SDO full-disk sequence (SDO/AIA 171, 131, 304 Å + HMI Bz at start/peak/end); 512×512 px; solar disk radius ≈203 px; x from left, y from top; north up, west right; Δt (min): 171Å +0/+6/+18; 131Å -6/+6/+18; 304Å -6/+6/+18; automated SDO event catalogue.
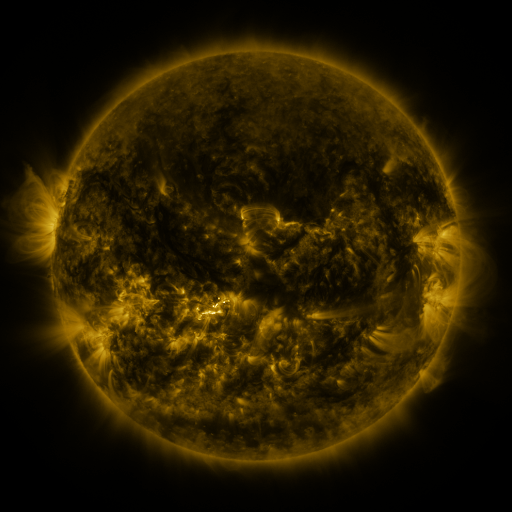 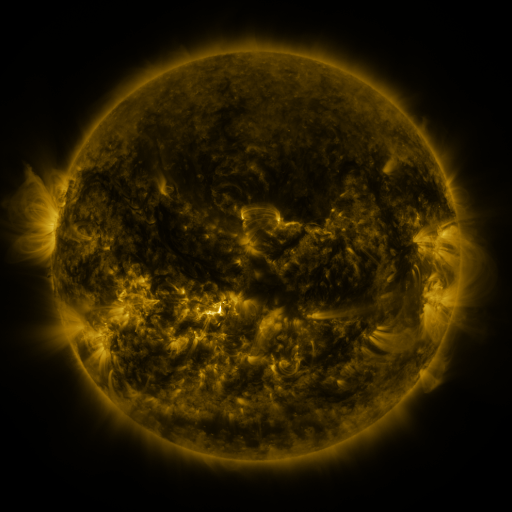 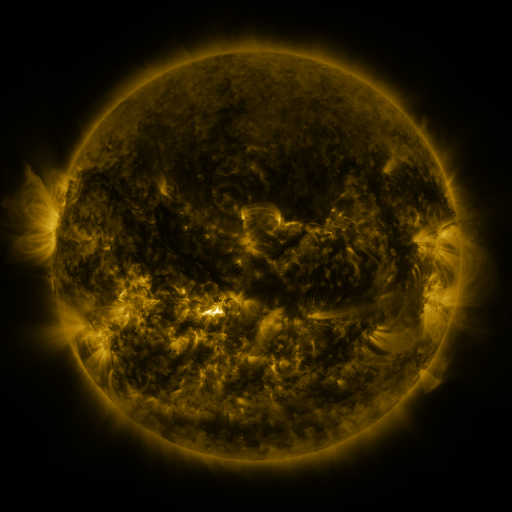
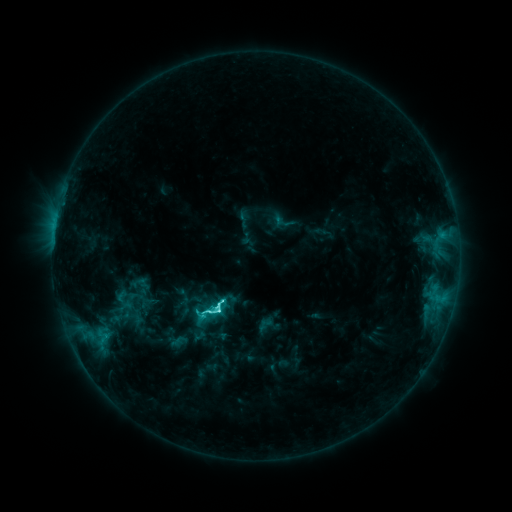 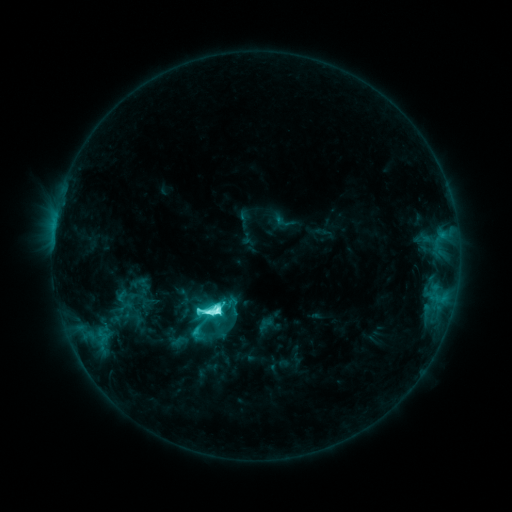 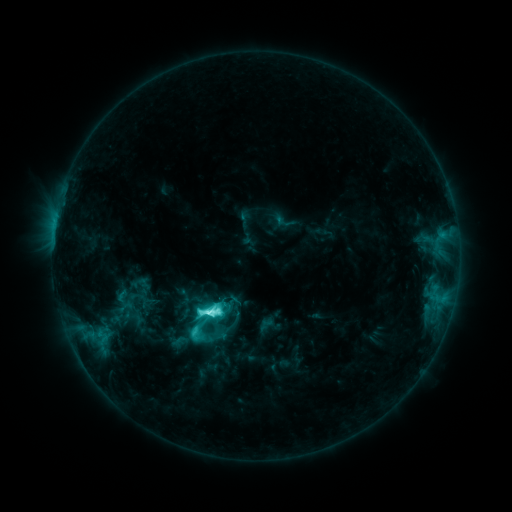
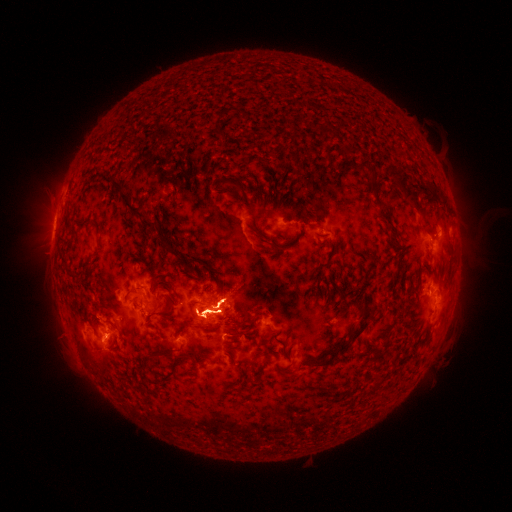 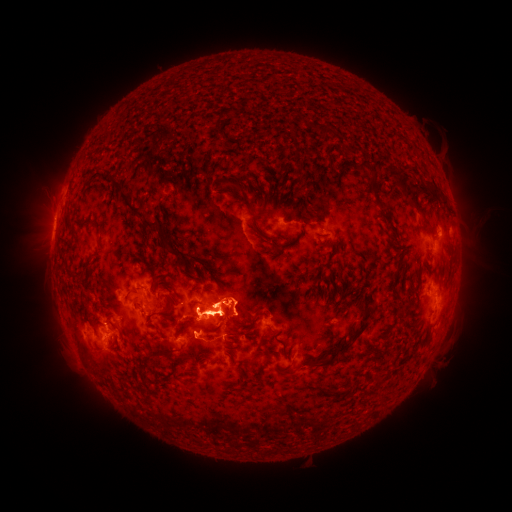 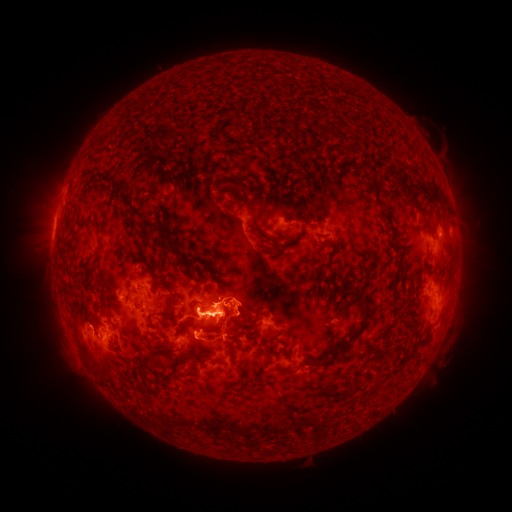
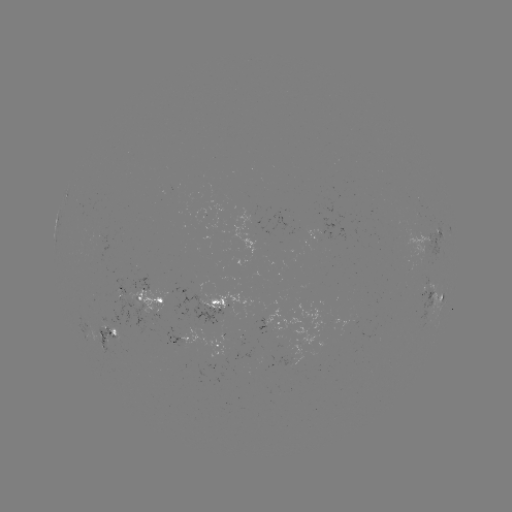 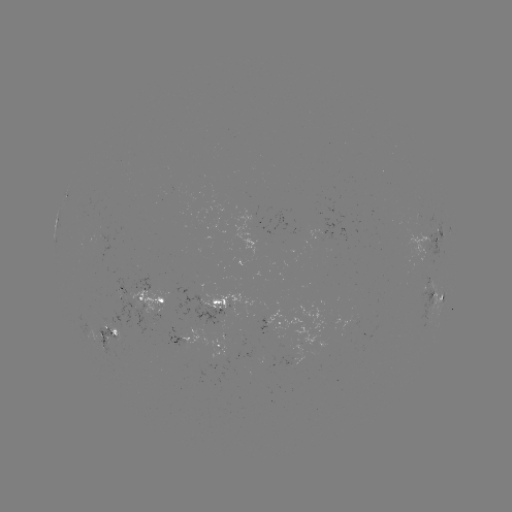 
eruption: <bbox>160, 262, 274, 347</bbox>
